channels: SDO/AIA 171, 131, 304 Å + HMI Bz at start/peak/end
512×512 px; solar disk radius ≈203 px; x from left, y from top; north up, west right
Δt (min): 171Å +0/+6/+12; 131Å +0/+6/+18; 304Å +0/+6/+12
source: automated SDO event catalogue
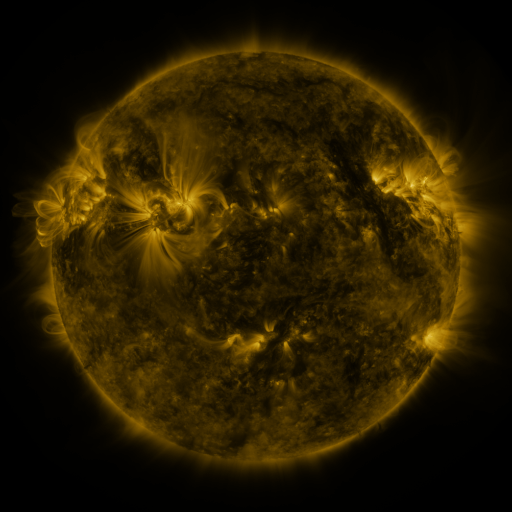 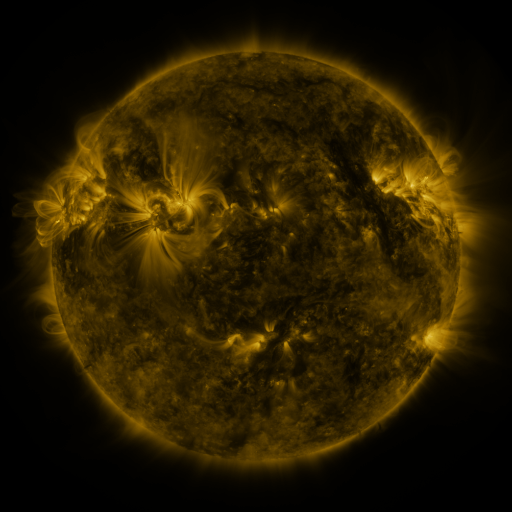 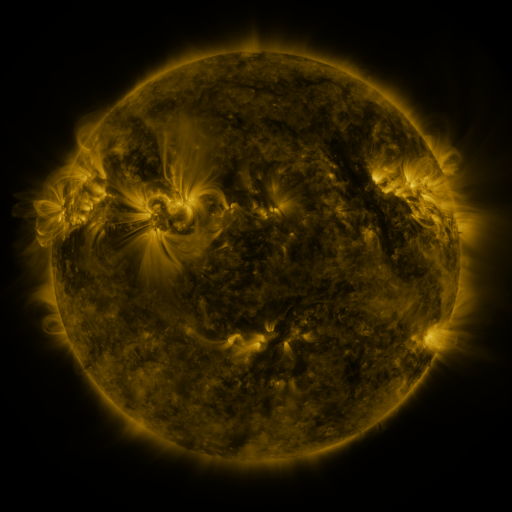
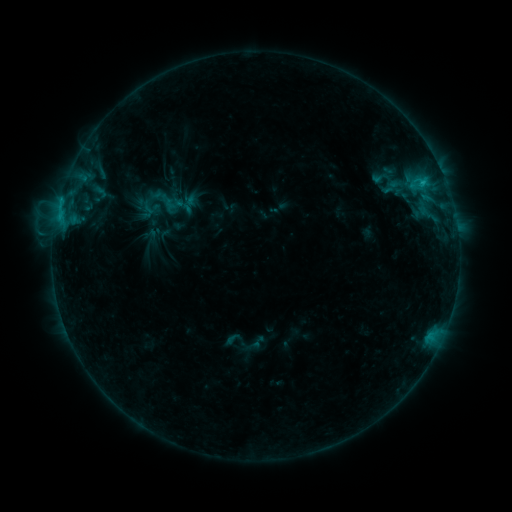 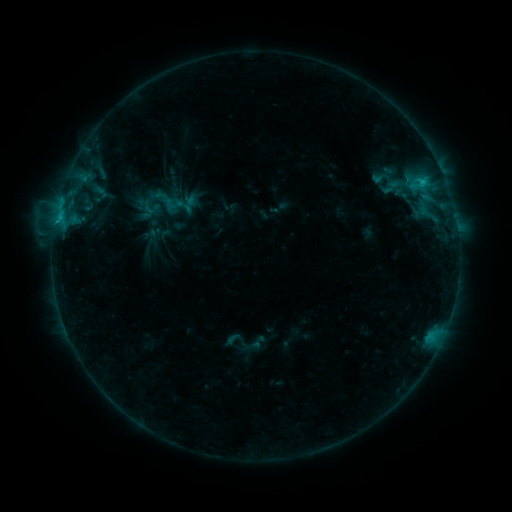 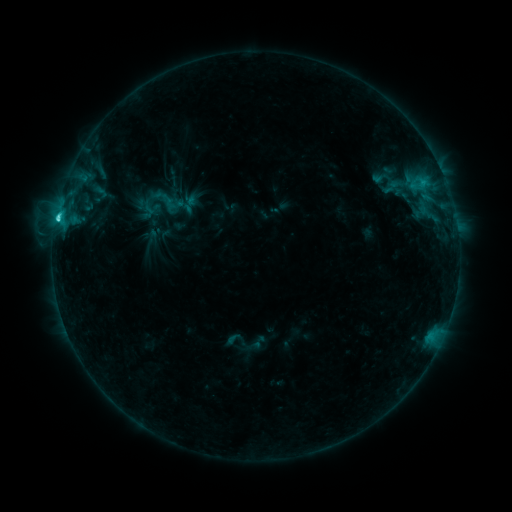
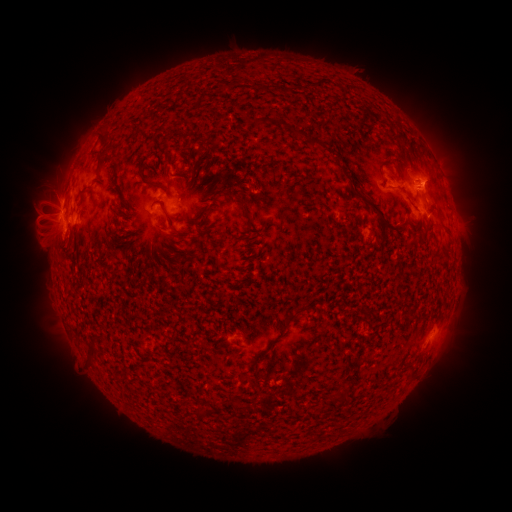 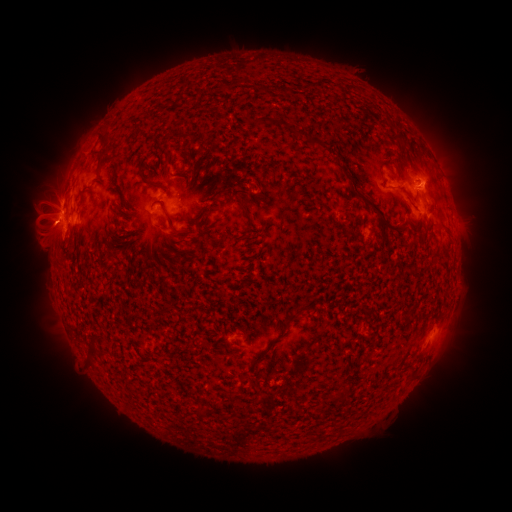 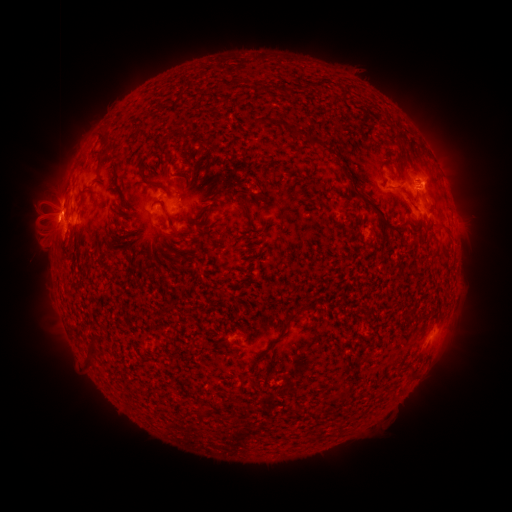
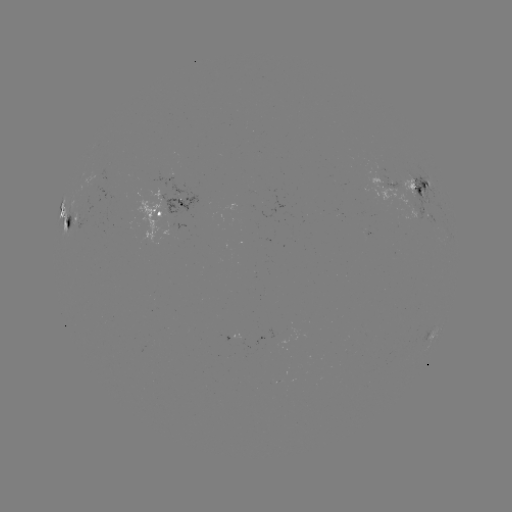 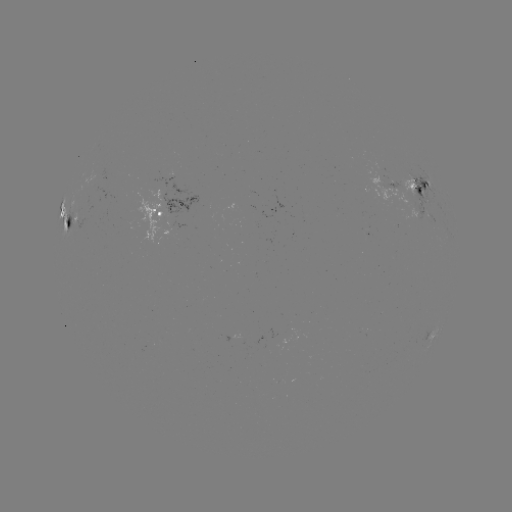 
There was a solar flare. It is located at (55, 224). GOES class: C9.6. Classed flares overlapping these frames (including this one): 1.